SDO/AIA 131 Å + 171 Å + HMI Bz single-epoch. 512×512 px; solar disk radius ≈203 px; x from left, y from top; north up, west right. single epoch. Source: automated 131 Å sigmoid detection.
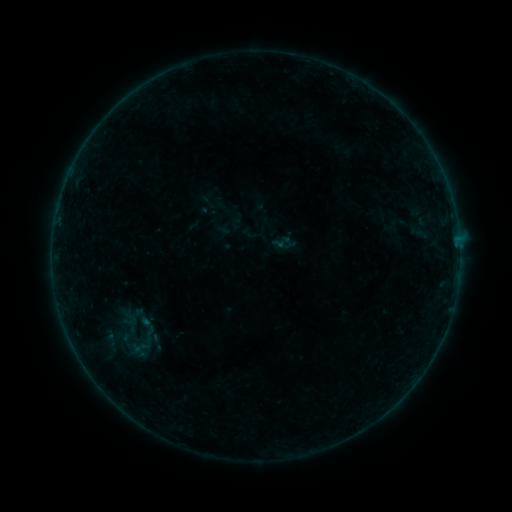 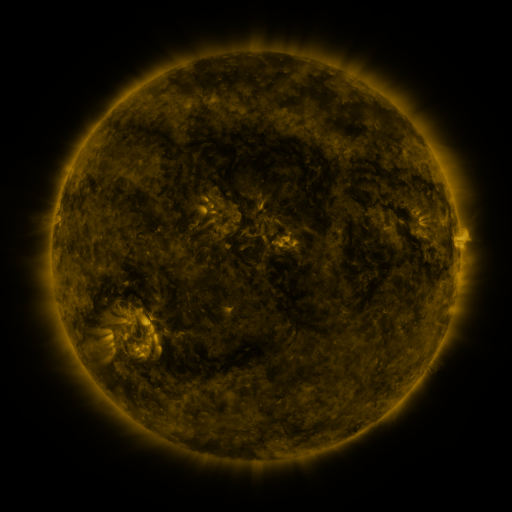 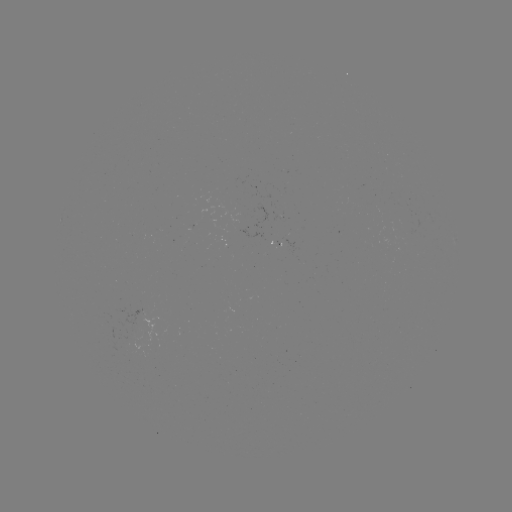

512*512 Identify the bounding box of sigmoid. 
[126, 304, 158, 331].